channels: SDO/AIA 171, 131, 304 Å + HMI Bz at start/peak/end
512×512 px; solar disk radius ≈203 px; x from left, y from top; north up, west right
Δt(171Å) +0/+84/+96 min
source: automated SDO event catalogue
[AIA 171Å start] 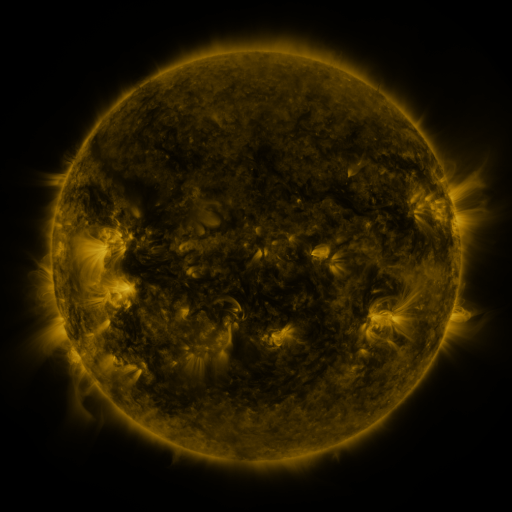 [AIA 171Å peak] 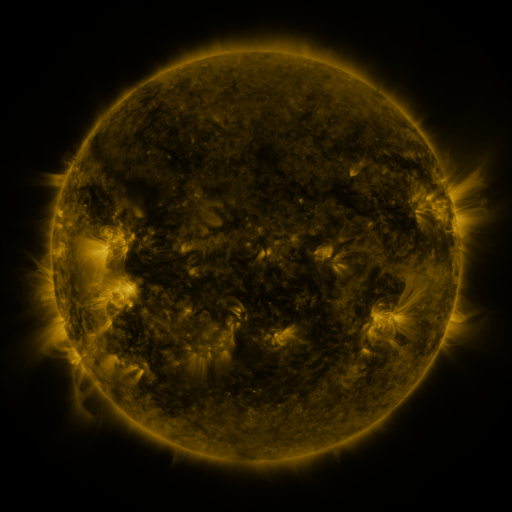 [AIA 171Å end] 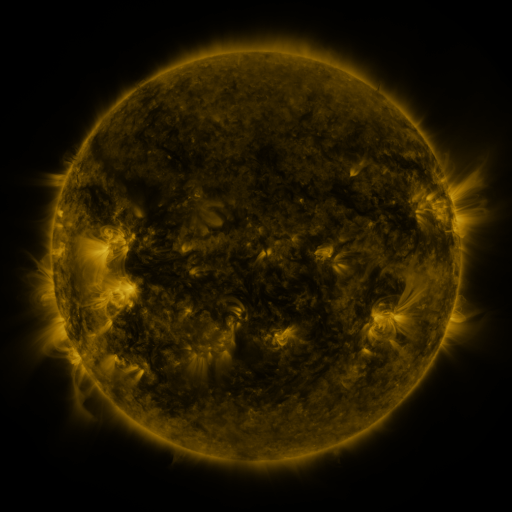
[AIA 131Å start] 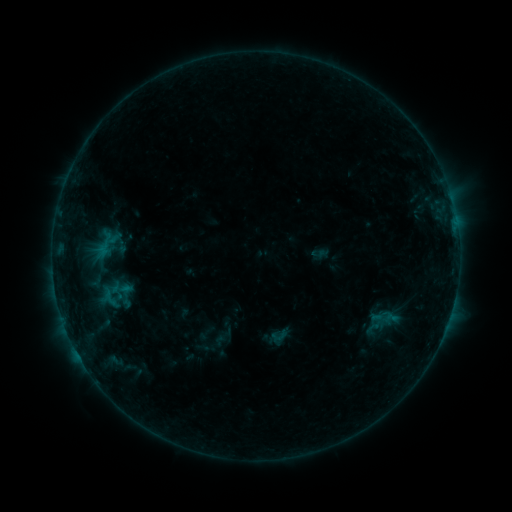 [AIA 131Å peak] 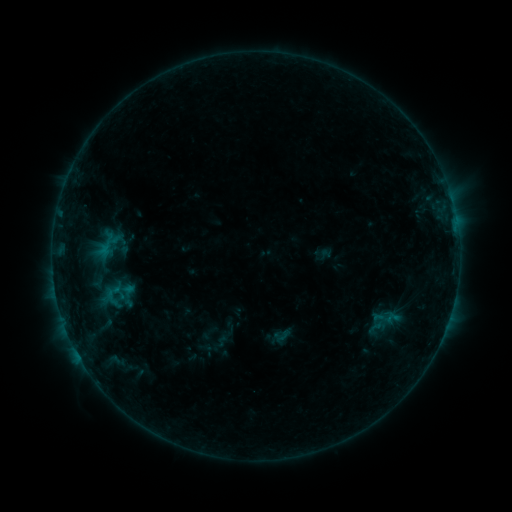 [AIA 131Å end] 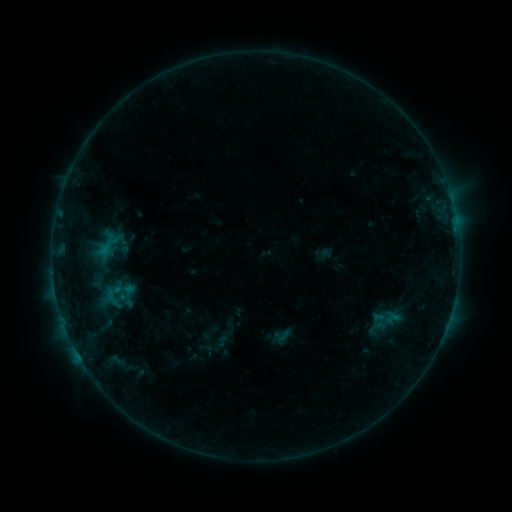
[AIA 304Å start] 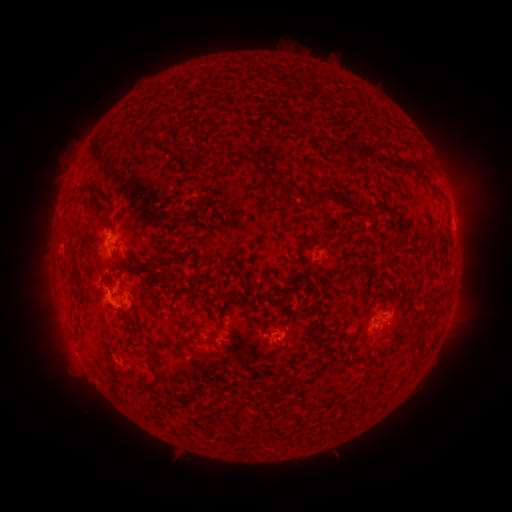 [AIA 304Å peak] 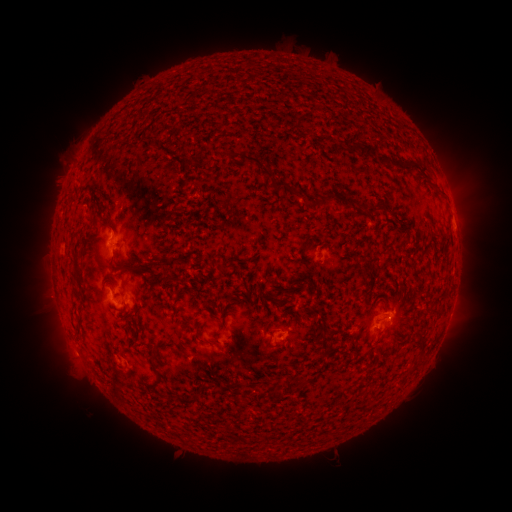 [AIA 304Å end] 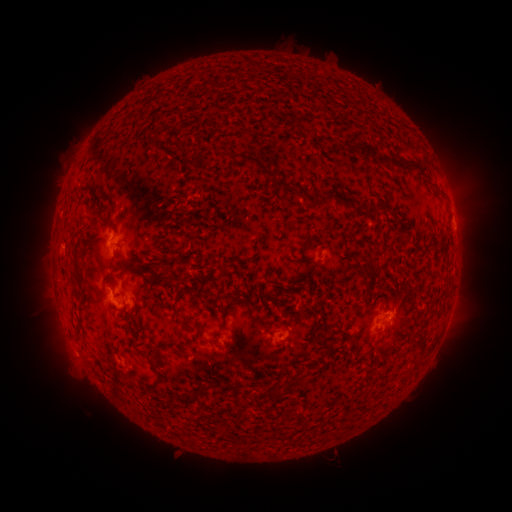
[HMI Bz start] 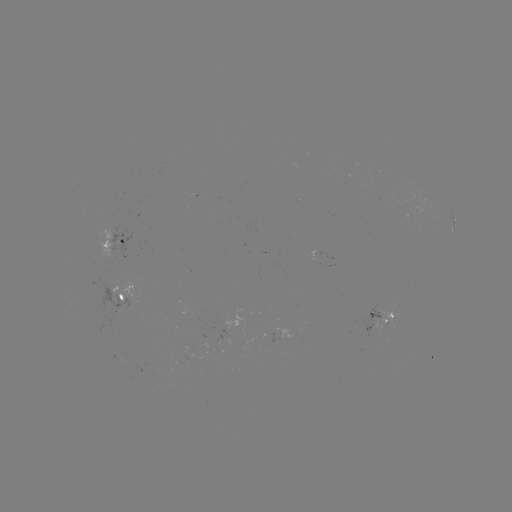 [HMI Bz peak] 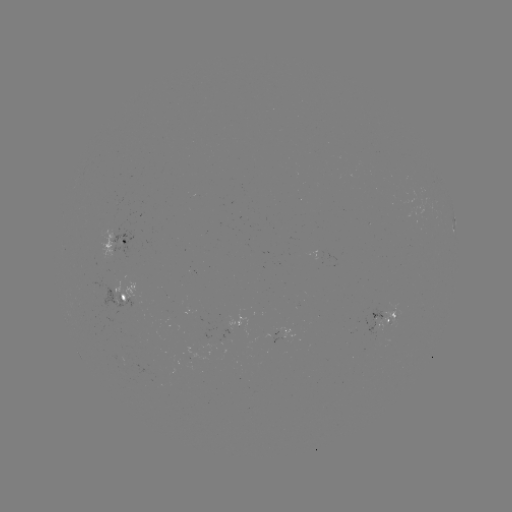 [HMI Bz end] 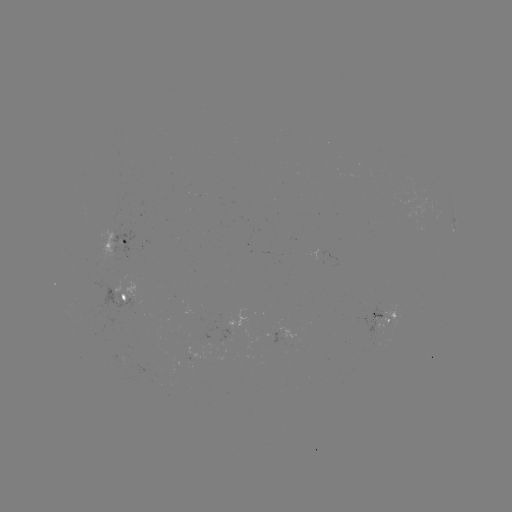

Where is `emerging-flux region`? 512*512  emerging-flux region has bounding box [349, 308, 381, 335].